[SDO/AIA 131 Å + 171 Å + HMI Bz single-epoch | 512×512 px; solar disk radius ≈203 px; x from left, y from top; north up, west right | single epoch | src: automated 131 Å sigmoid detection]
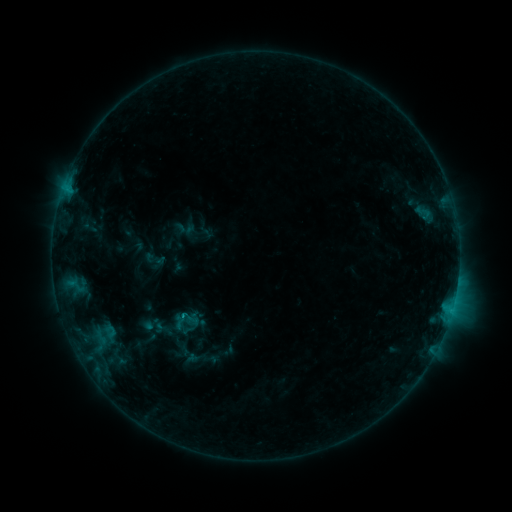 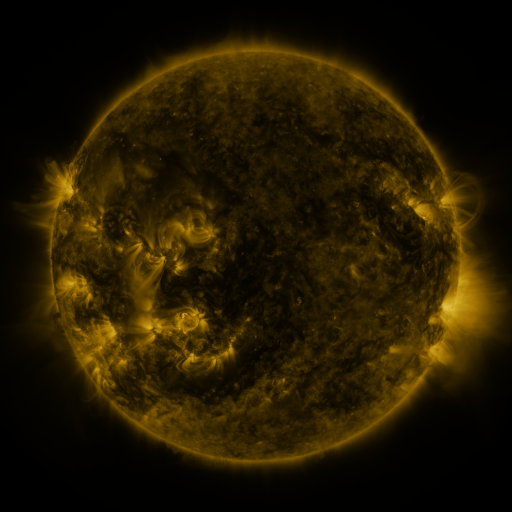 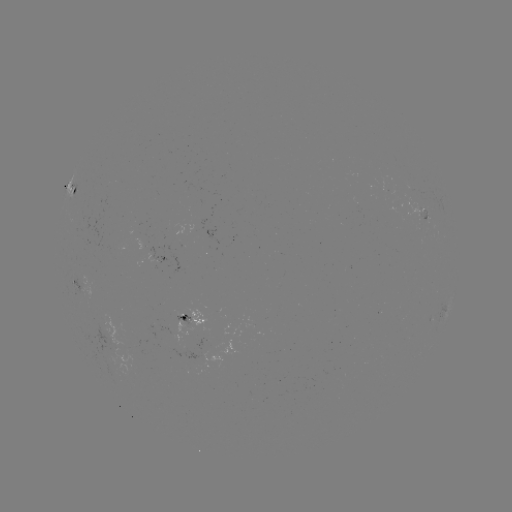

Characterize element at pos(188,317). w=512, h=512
sigmoid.